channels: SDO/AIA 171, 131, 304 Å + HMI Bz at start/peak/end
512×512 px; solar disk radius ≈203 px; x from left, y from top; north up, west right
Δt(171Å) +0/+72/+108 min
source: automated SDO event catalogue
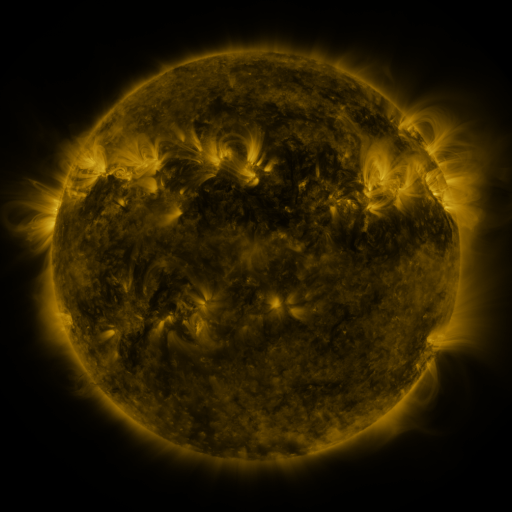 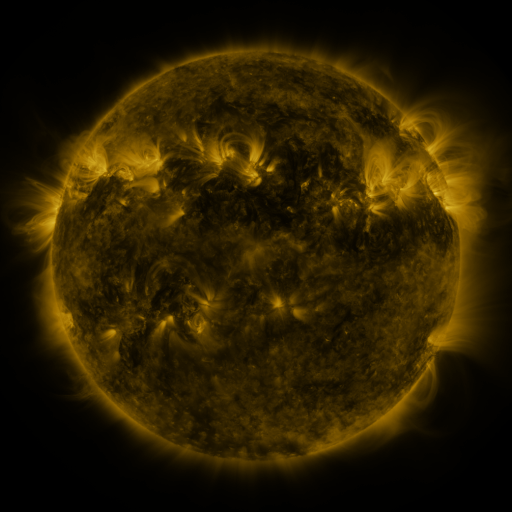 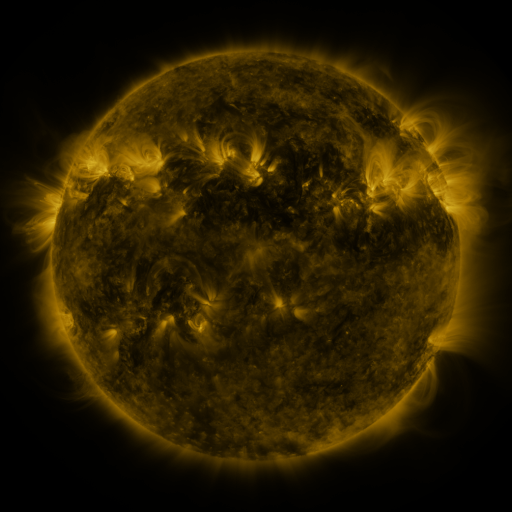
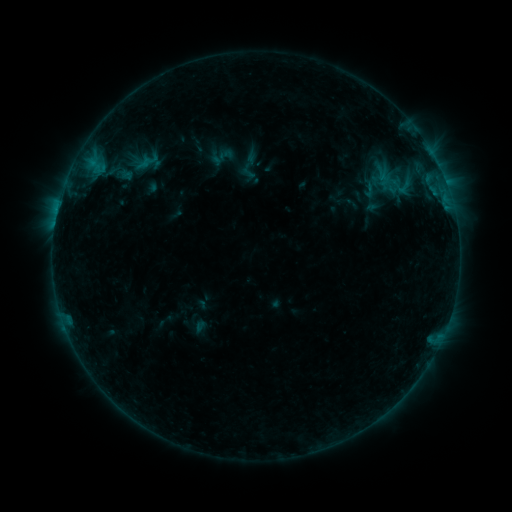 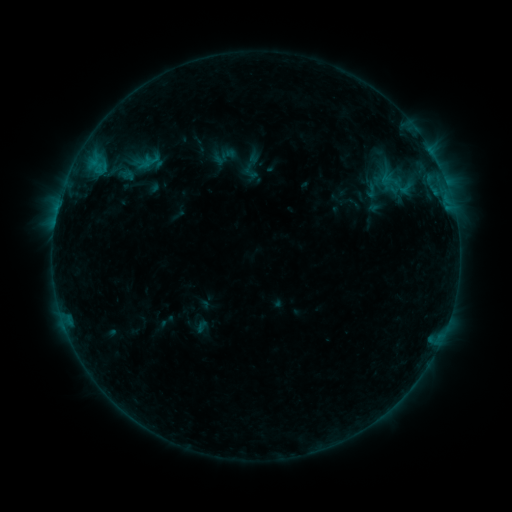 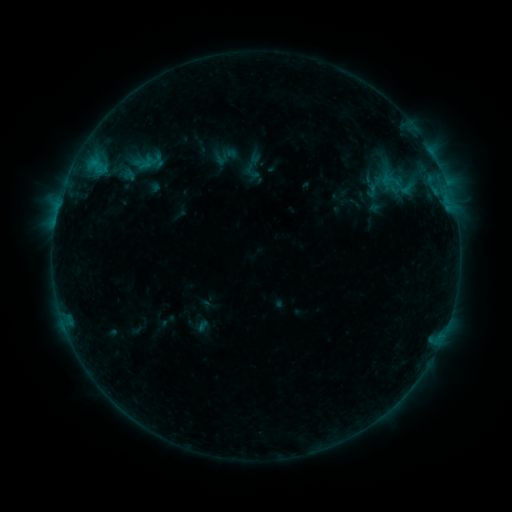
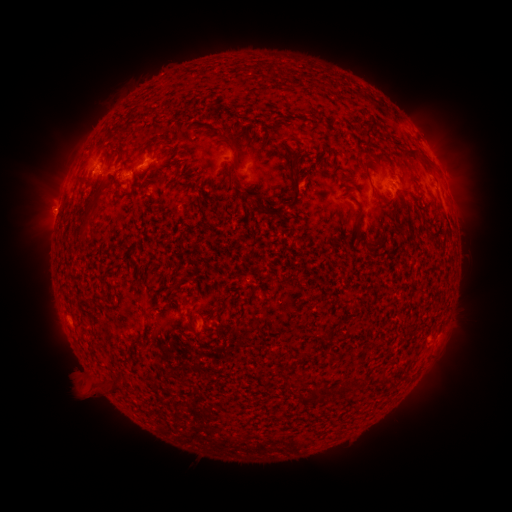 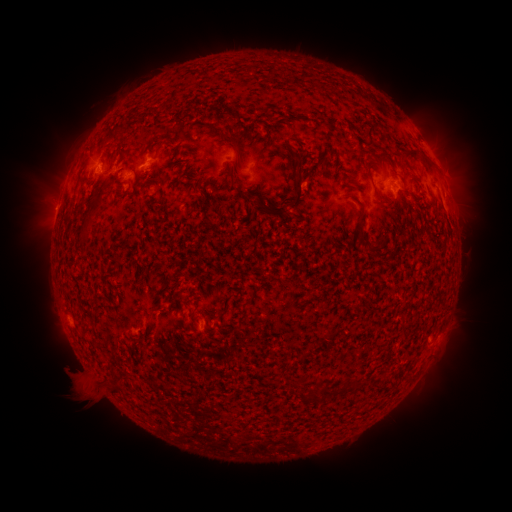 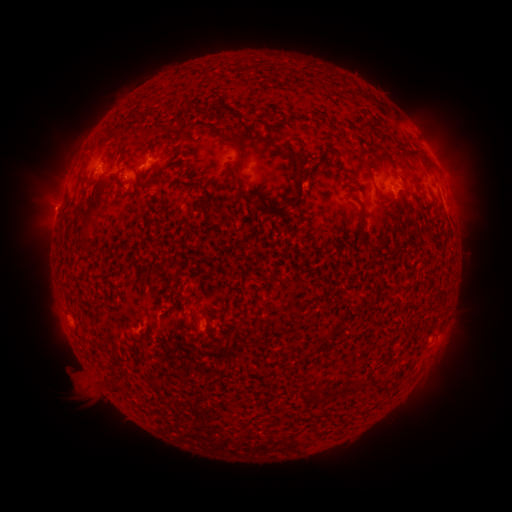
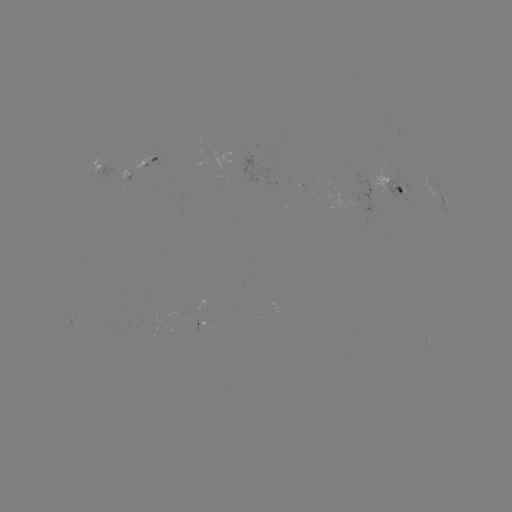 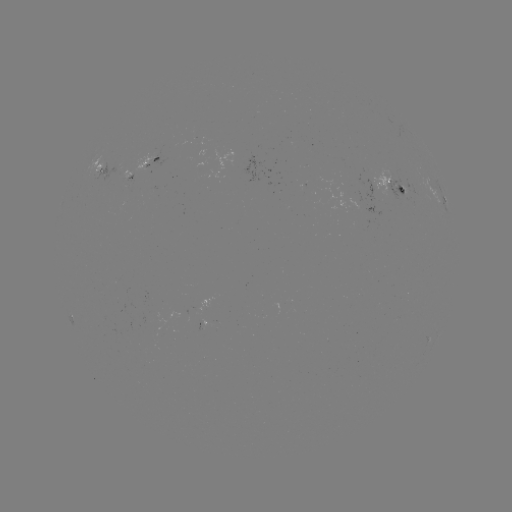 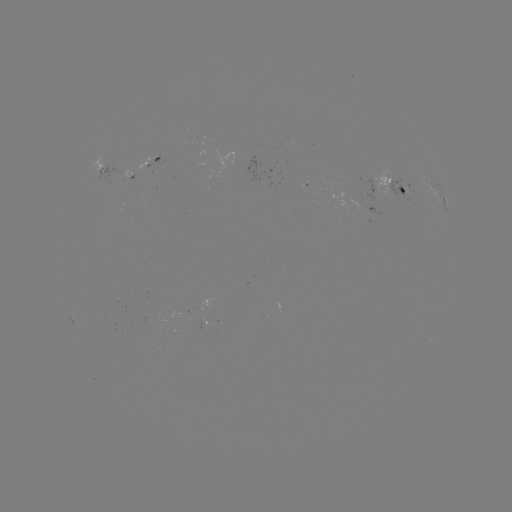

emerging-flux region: [399, 186, 410, 195]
